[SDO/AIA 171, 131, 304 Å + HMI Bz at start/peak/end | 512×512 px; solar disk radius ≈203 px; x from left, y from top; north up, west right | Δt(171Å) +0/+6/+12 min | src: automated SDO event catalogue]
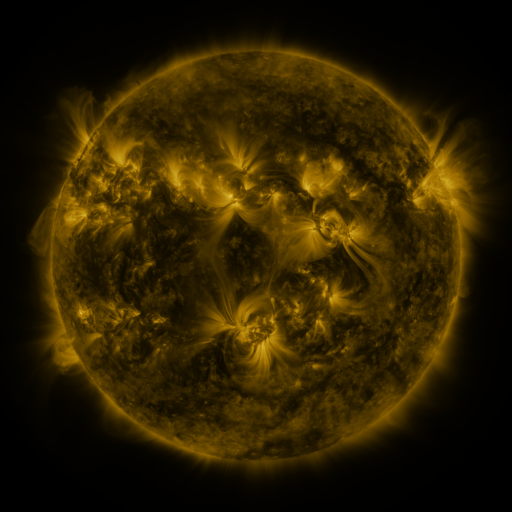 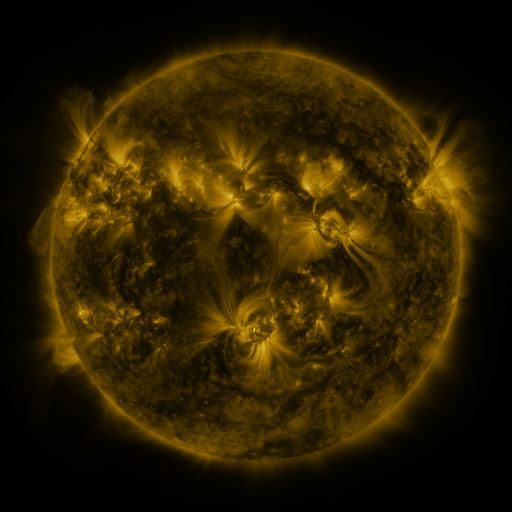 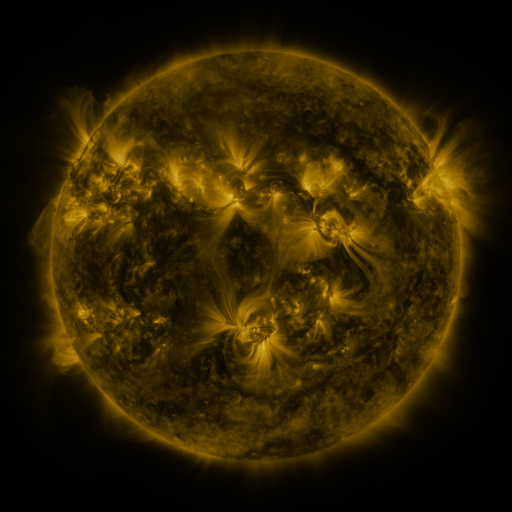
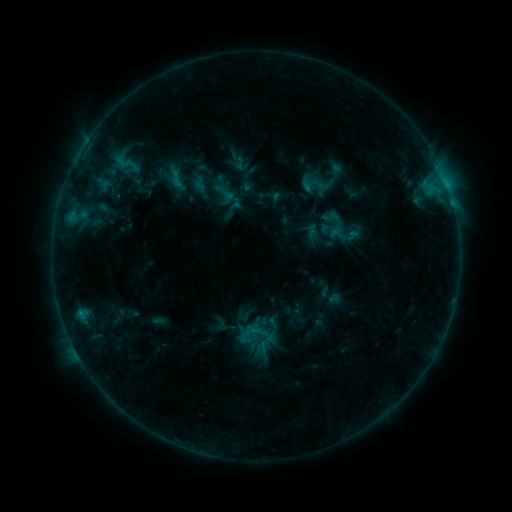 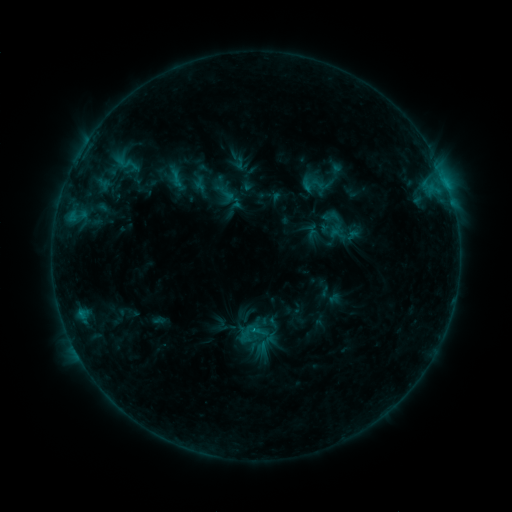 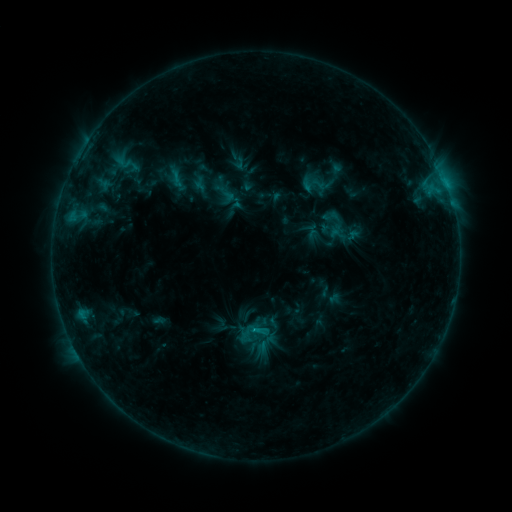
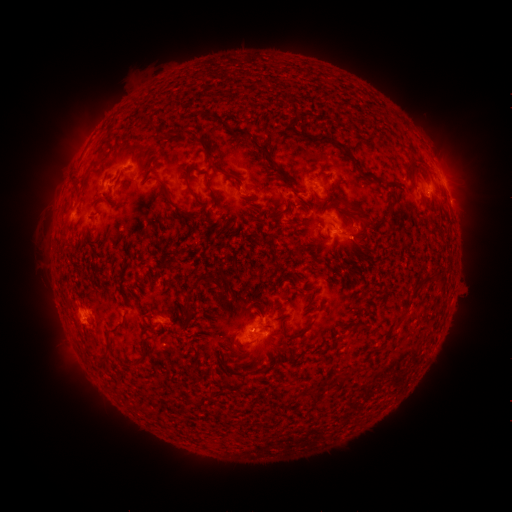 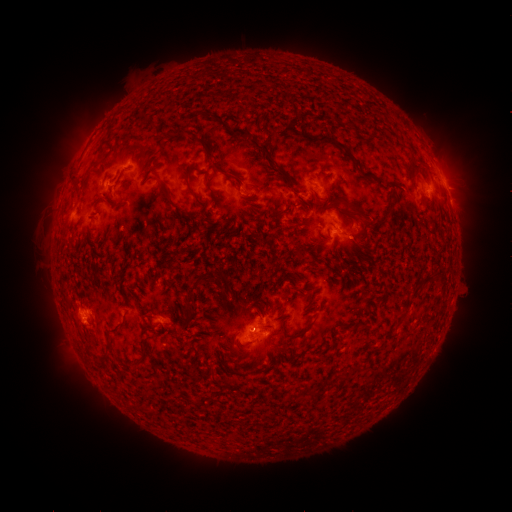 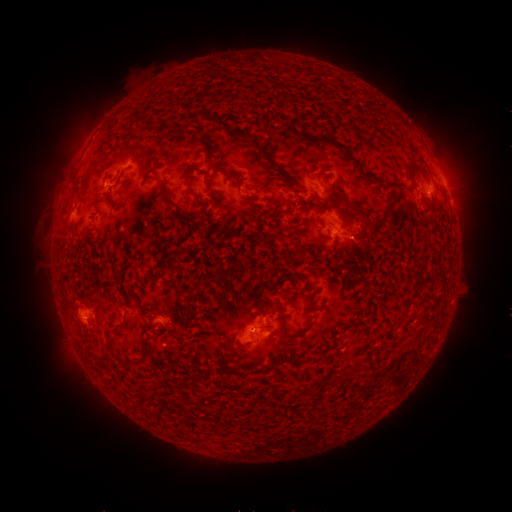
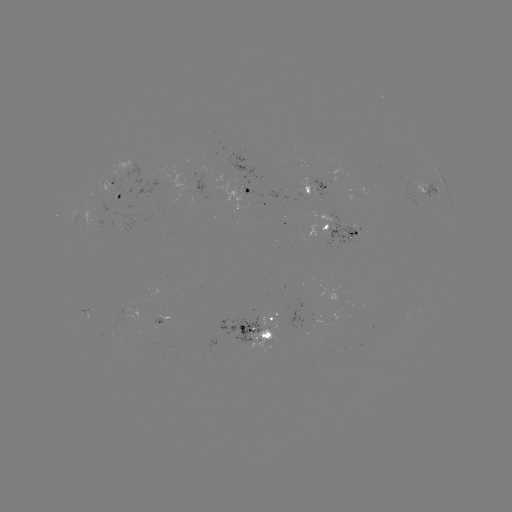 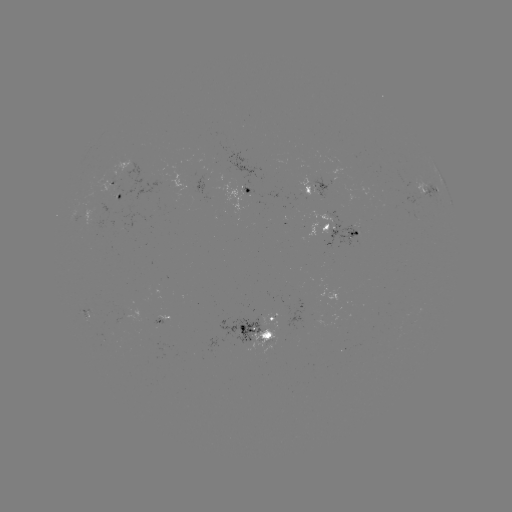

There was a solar flare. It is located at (256, 327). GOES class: B8.9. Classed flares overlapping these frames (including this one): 1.